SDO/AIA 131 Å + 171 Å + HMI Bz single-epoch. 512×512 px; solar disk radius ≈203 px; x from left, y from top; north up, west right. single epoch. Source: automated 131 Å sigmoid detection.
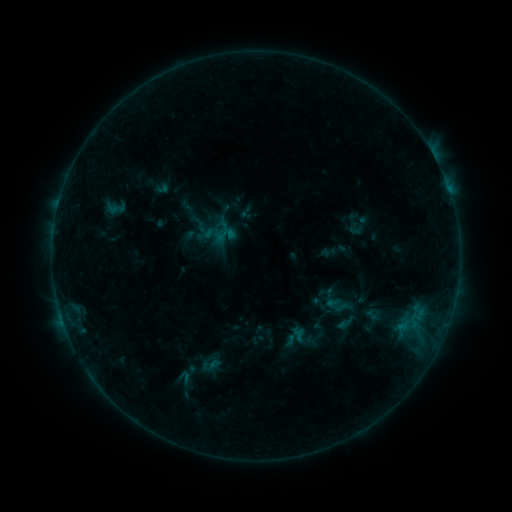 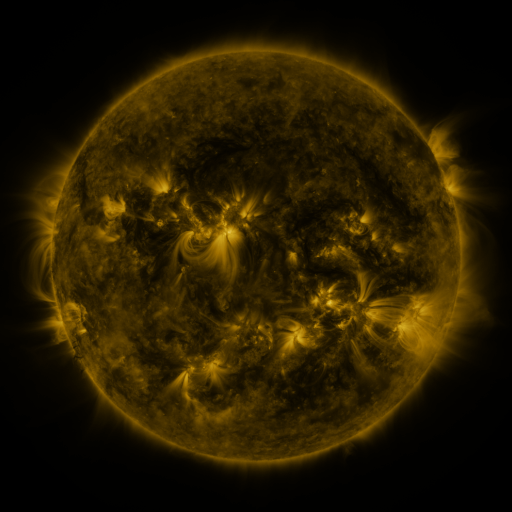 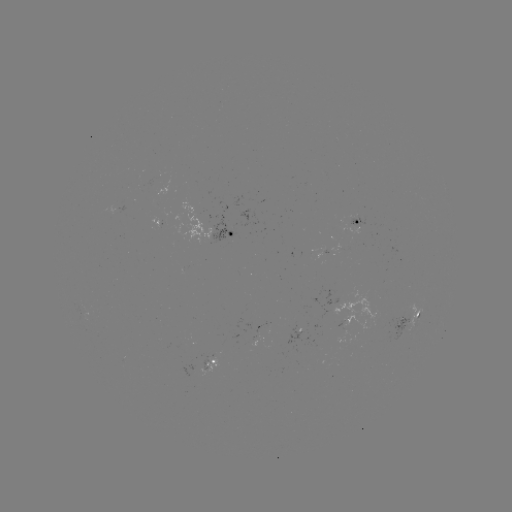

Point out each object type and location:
sigmoid: (345, 323)
sigmoid: (188, 376)
